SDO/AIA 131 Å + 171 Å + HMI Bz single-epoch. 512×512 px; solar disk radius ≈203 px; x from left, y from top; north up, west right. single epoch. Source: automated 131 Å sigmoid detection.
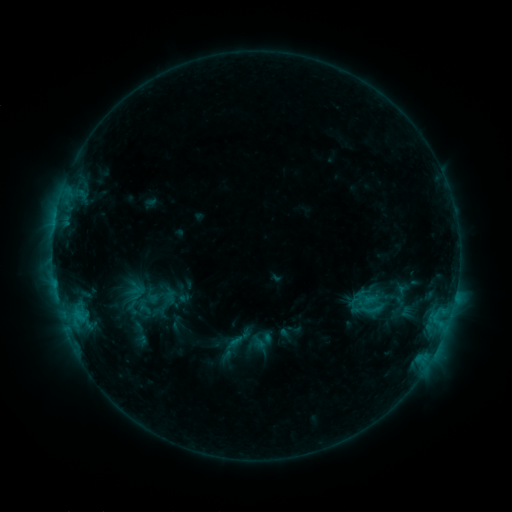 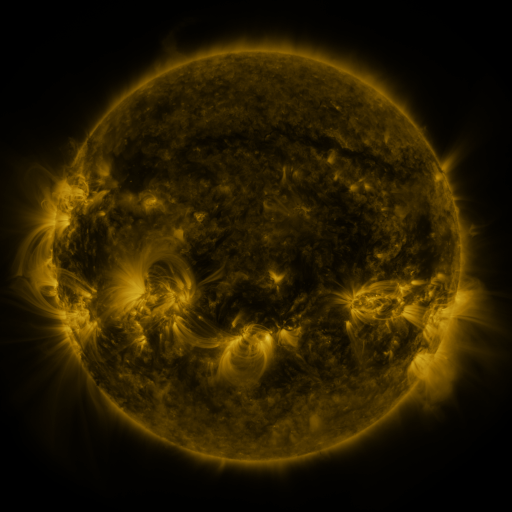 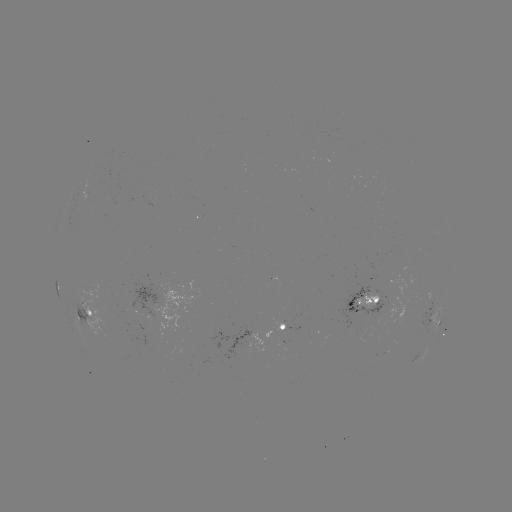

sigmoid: (362, 300, 381, 319)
